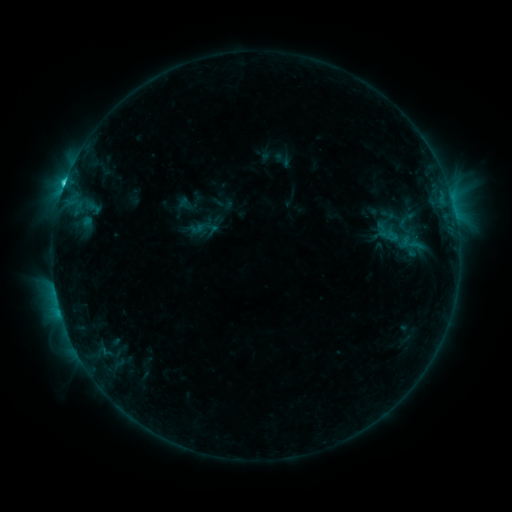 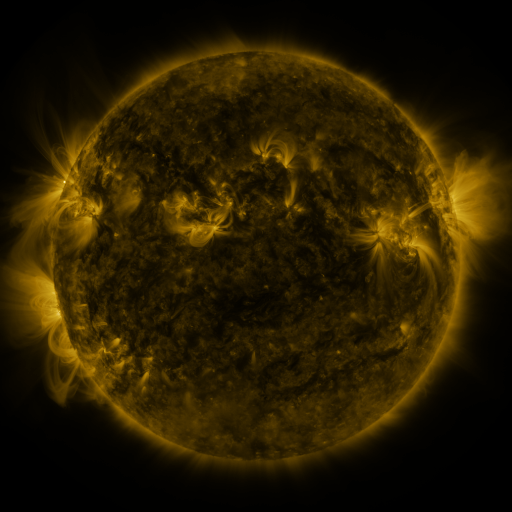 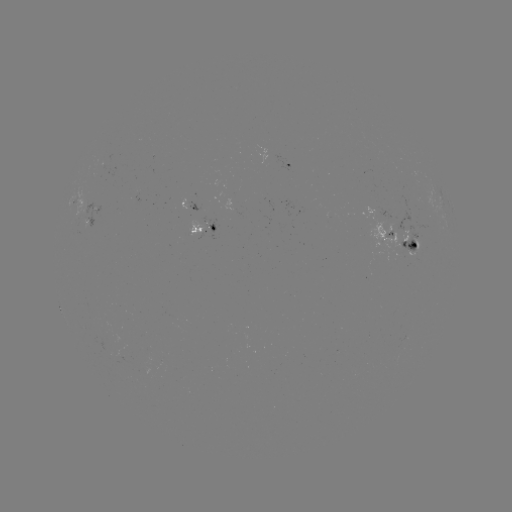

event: sigmoid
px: (205, 227)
